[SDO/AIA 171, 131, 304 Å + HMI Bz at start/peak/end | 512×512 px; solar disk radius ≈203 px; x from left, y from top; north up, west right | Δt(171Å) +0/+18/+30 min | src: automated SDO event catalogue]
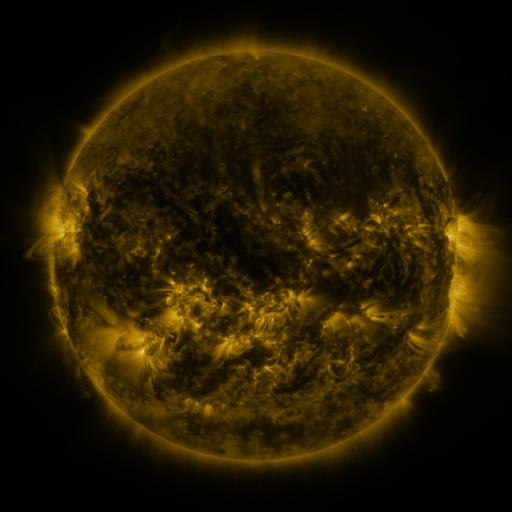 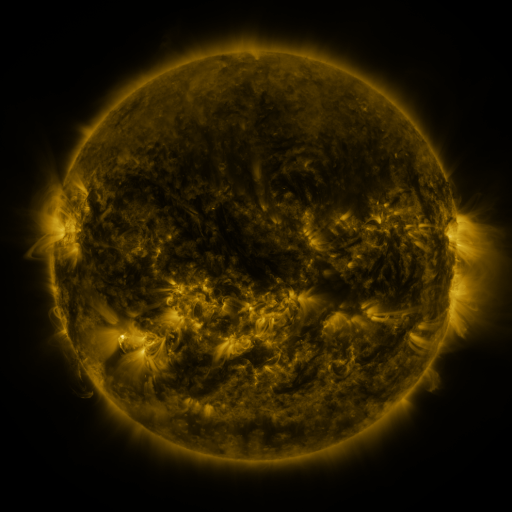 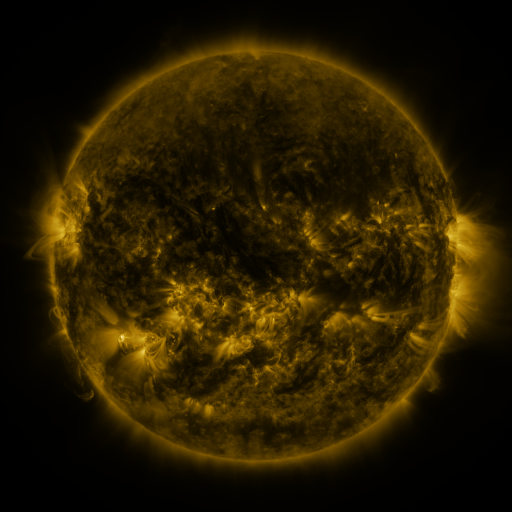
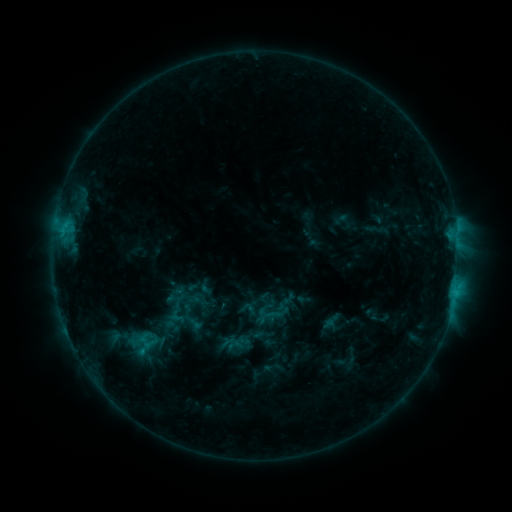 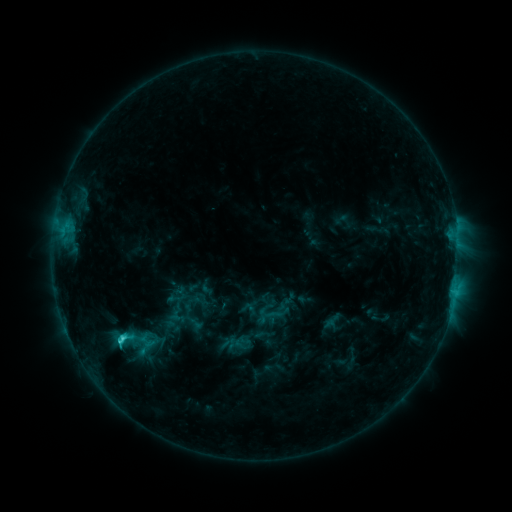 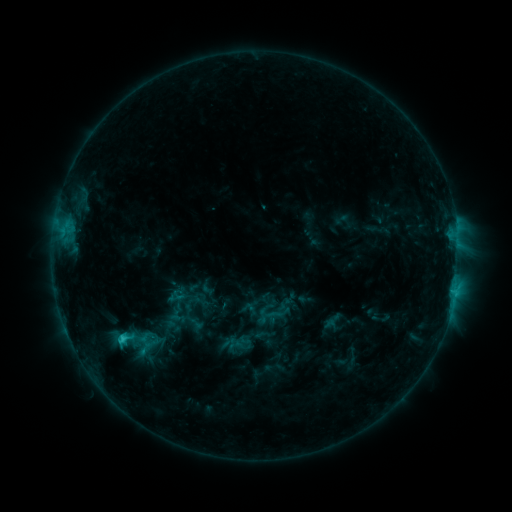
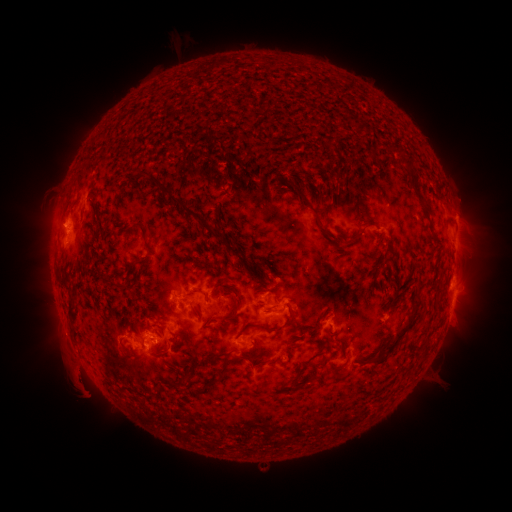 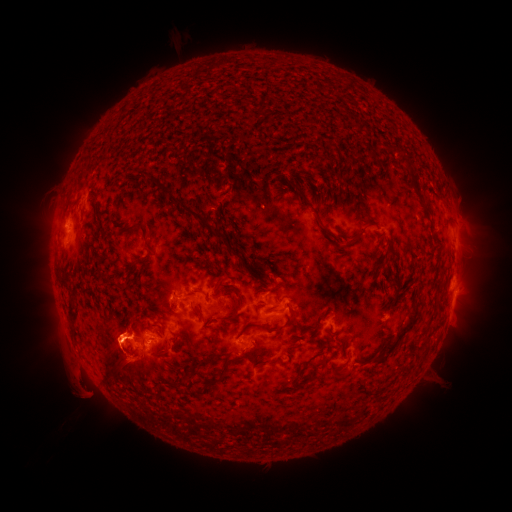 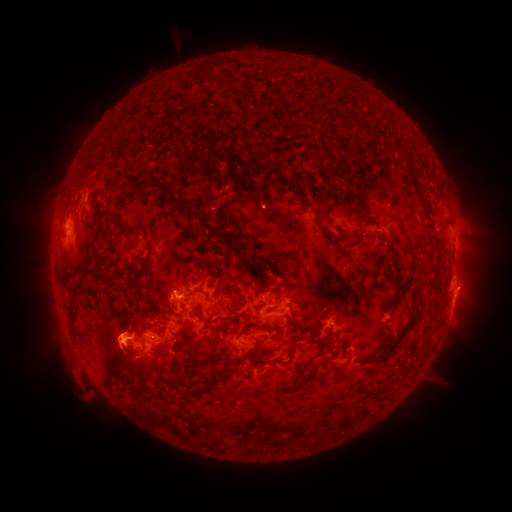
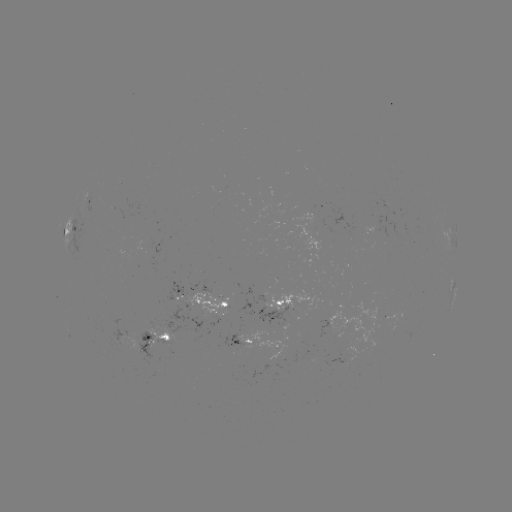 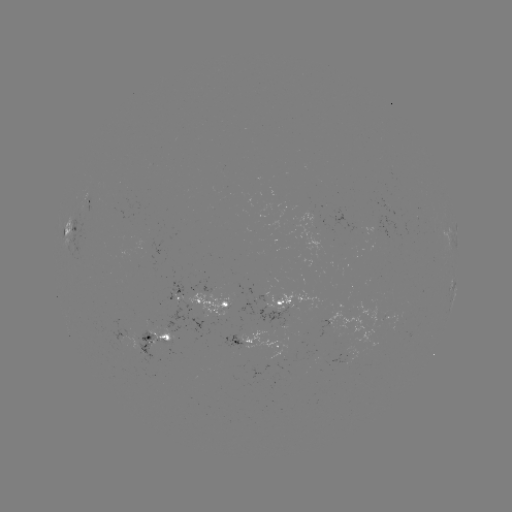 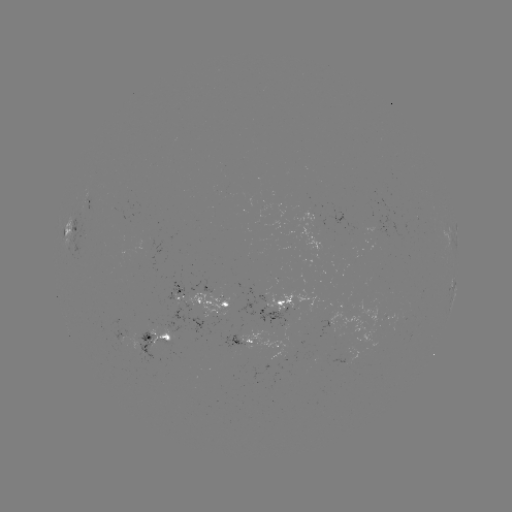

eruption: [36, 295, 171, 426]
